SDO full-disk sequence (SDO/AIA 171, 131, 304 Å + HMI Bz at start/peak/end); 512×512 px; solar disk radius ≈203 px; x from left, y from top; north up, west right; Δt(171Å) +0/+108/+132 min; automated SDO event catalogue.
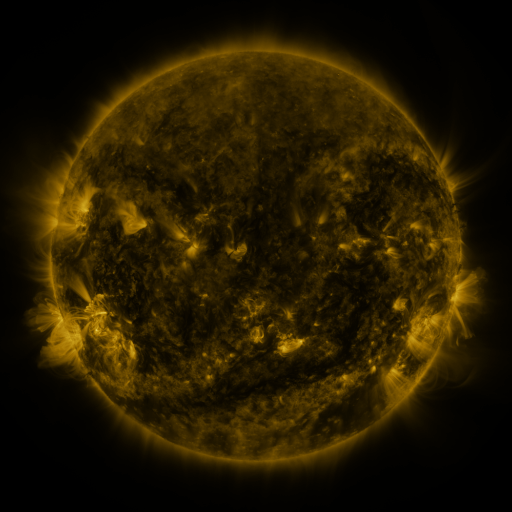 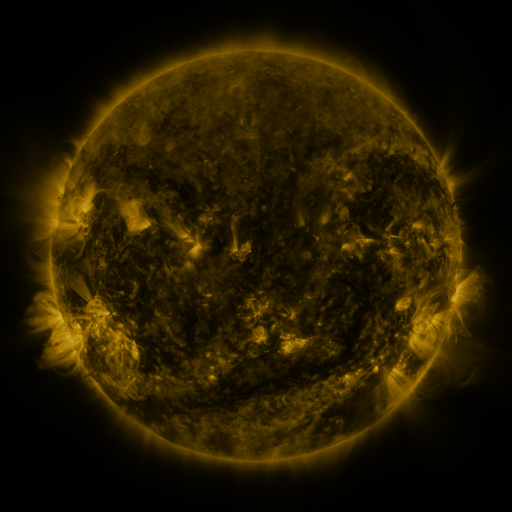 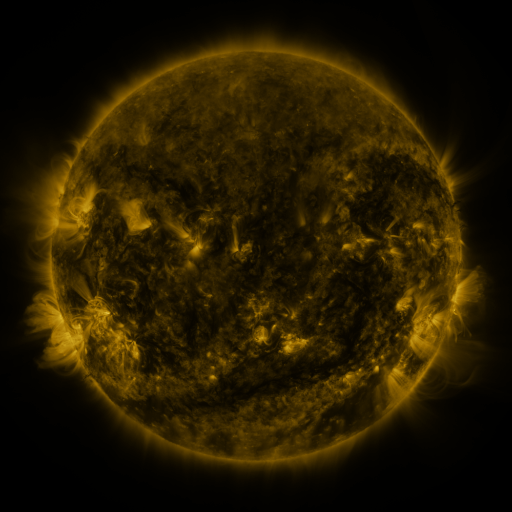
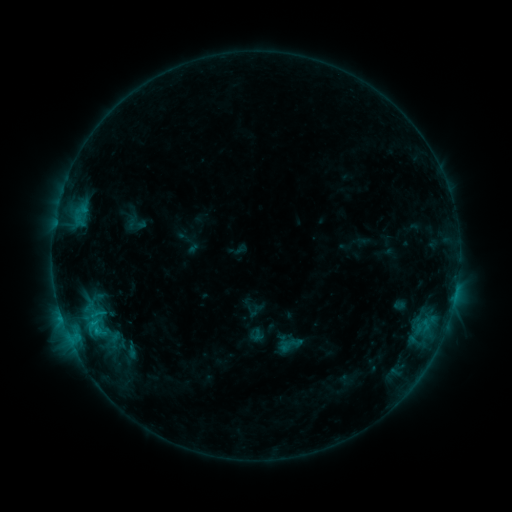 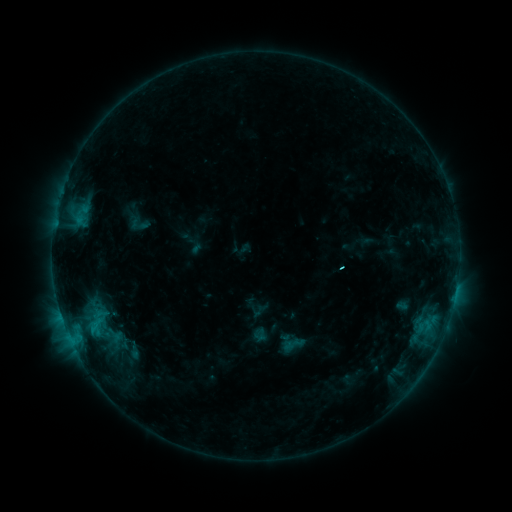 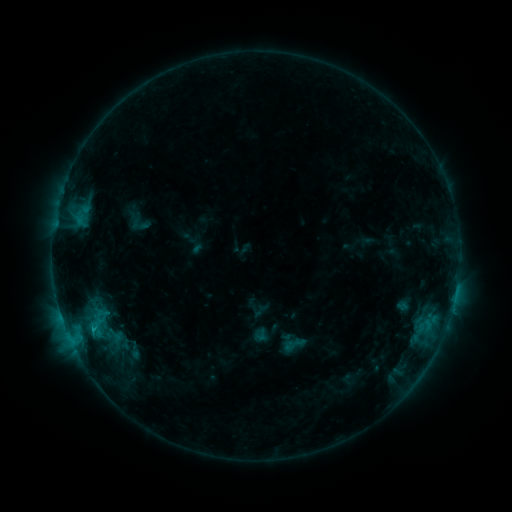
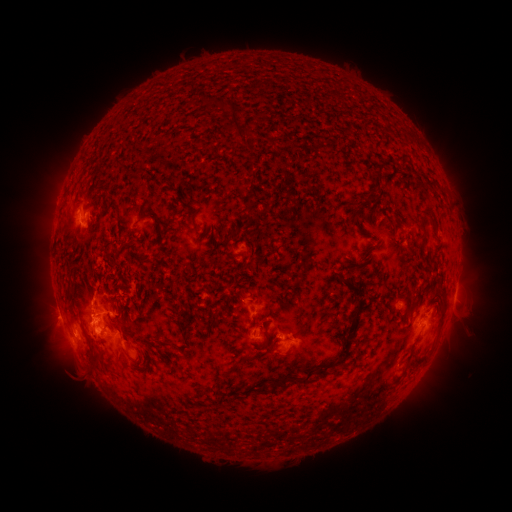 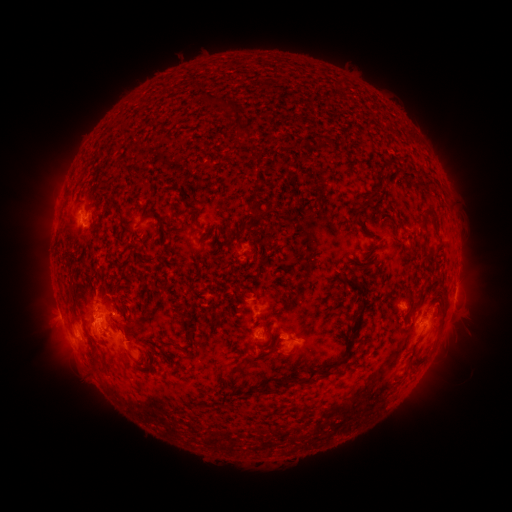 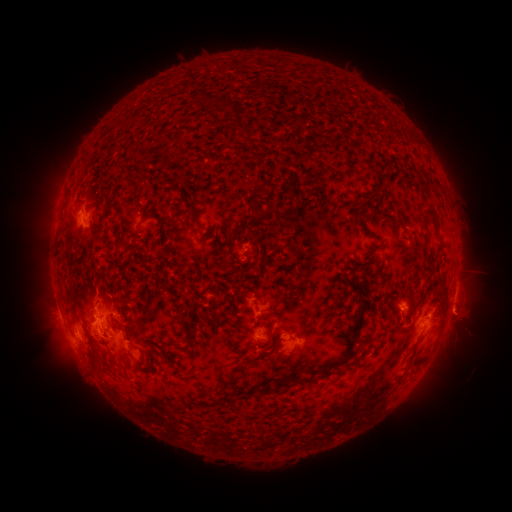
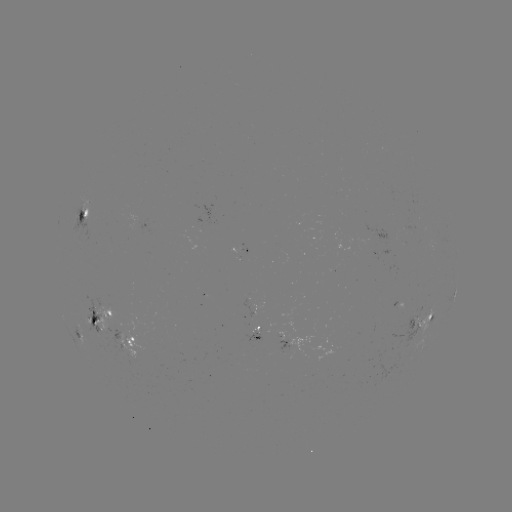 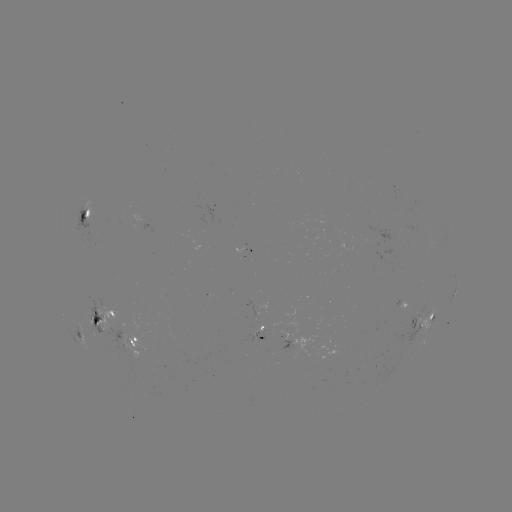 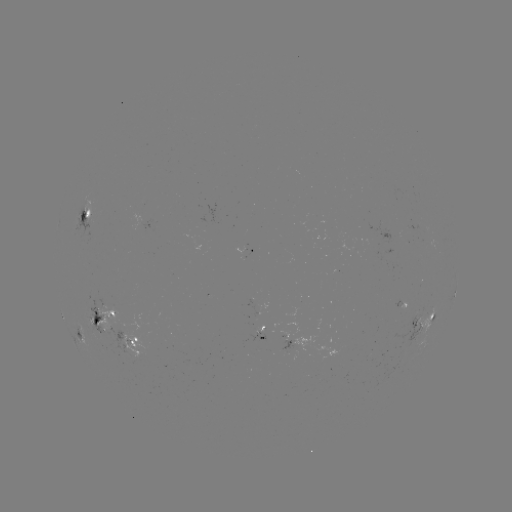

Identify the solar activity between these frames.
emerging-flux region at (253, 334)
